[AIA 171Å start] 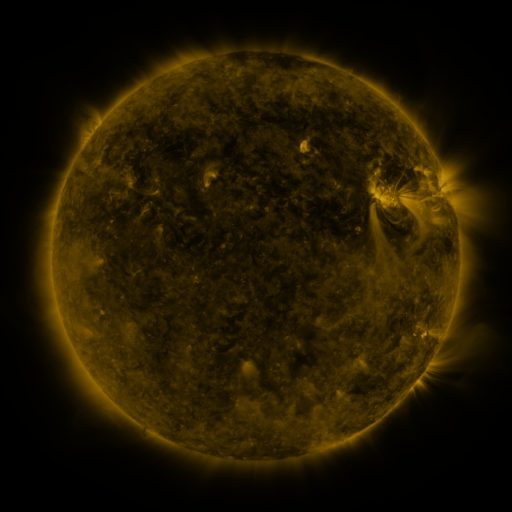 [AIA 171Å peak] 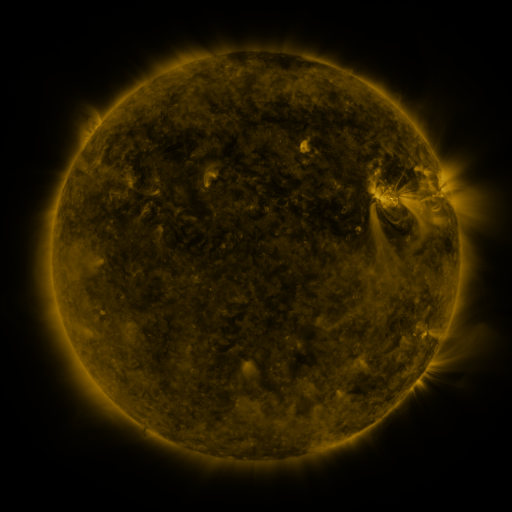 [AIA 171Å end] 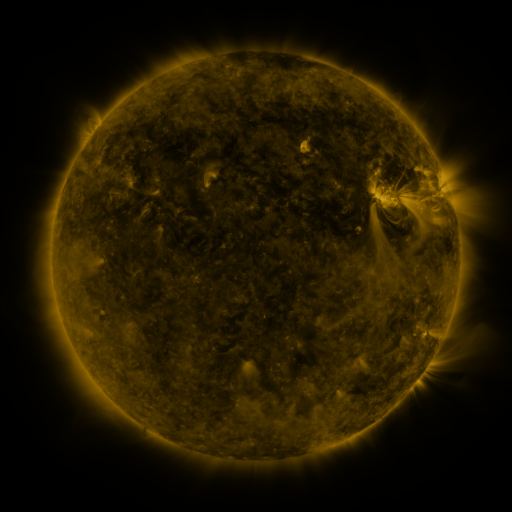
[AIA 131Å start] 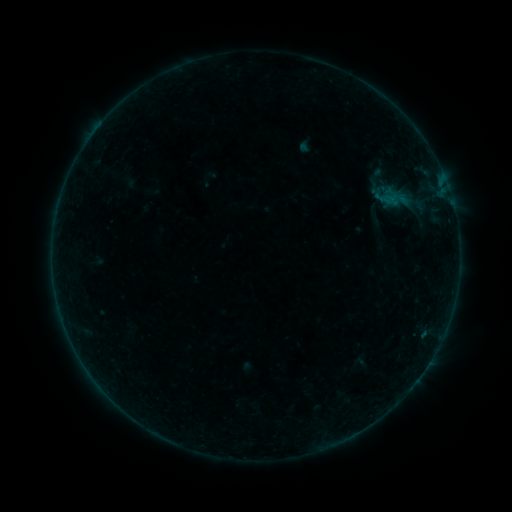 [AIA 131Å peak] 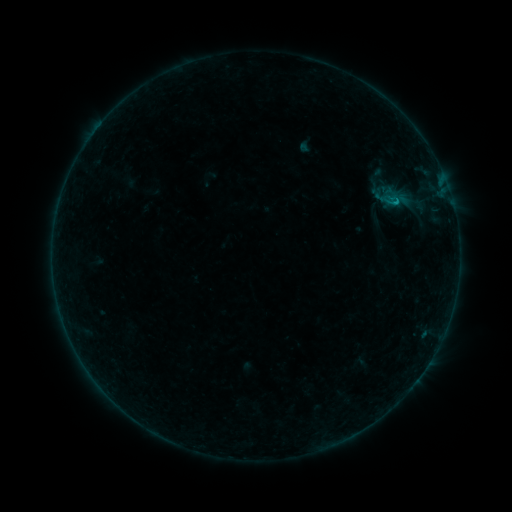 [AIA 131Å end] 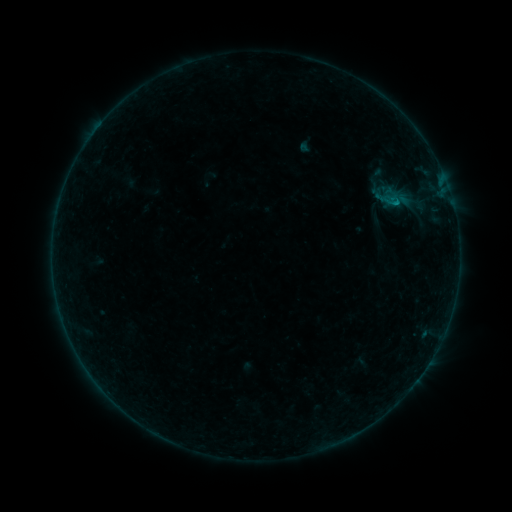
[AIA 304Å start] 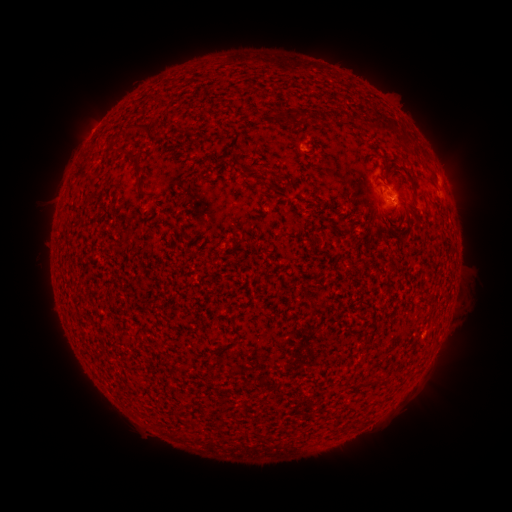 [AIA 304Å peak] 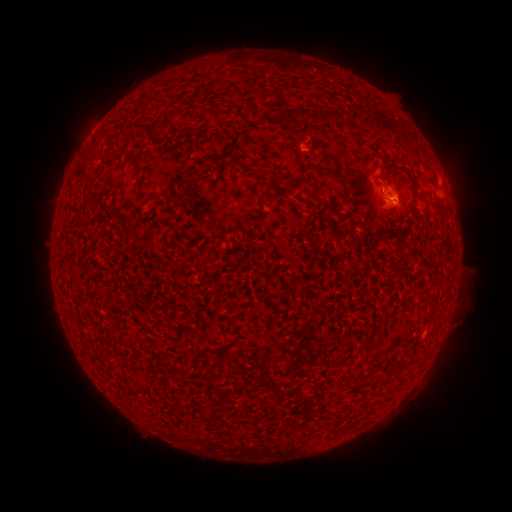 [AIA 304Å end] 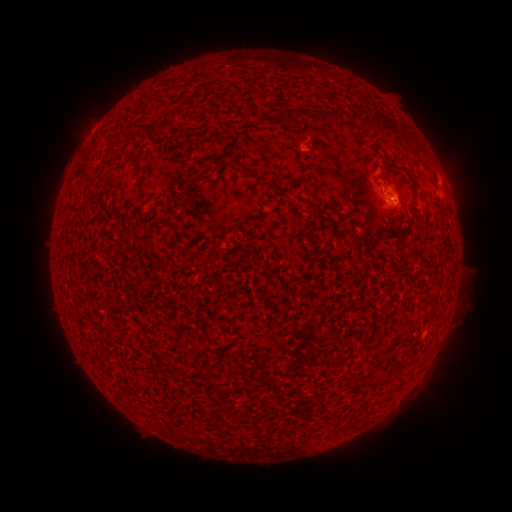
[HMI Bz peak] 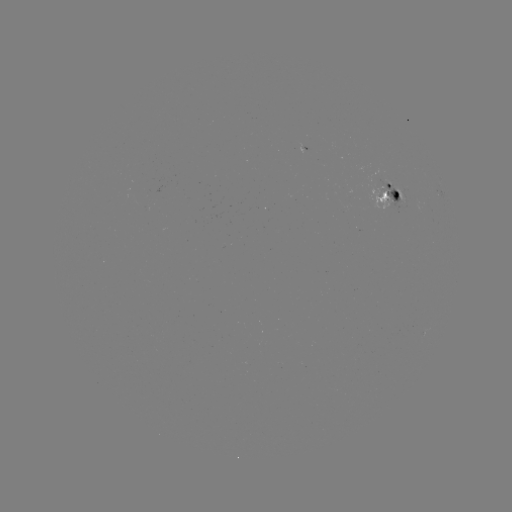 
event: flare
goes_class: B3.9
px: (393, 204)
